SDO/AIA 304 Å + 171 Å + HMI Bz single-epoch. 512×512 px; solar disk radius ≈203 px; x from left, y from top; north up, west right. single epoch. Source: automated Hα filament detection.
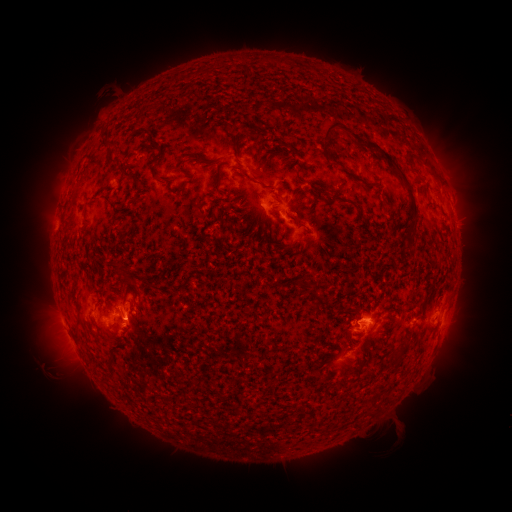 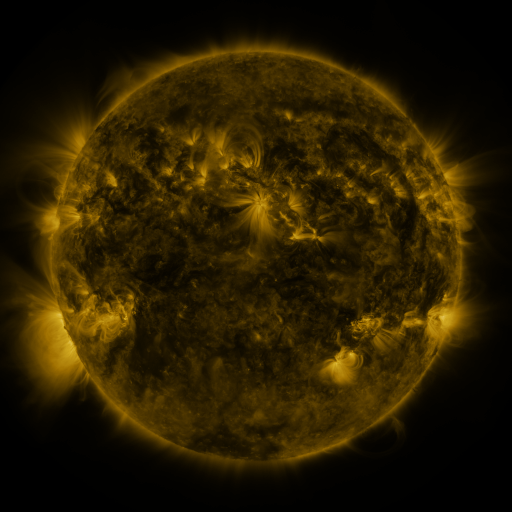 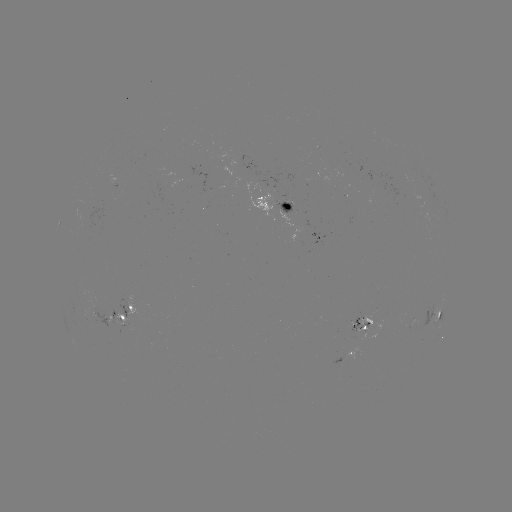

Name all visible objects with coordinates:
filament: [324, 122, 347, 141]
filament: [365, 142, 380, 153]
filament: [380, 151, 417, 211]
filament: [232, 165, 245, 175]
filament: [309, 183, 323, 199]
filament: [329, 193, 351, 206]
filament: [411, 222, 420, 236]
filament: [405, 243, 415, 254]
filament: [310, 286, 317, 297]
filament: [314, 295, 324, 306]
